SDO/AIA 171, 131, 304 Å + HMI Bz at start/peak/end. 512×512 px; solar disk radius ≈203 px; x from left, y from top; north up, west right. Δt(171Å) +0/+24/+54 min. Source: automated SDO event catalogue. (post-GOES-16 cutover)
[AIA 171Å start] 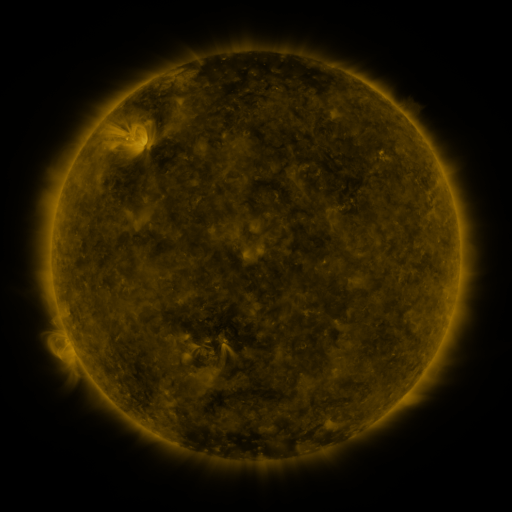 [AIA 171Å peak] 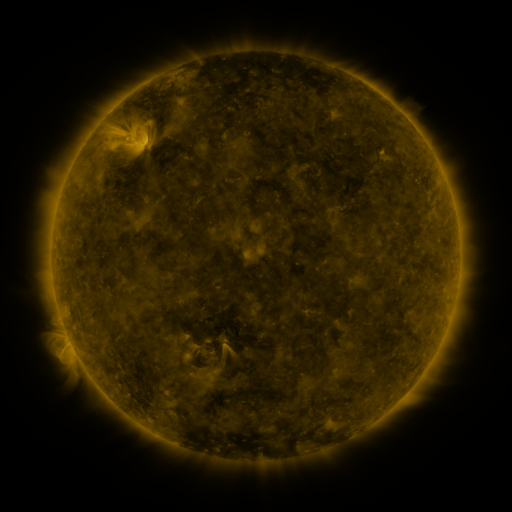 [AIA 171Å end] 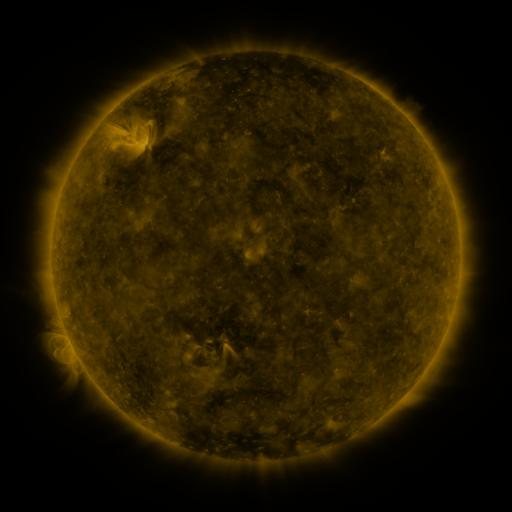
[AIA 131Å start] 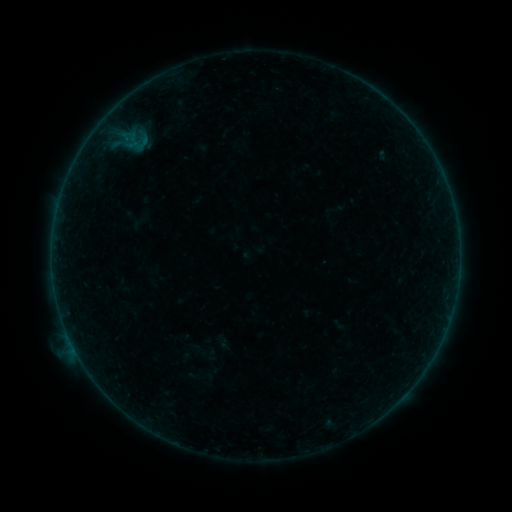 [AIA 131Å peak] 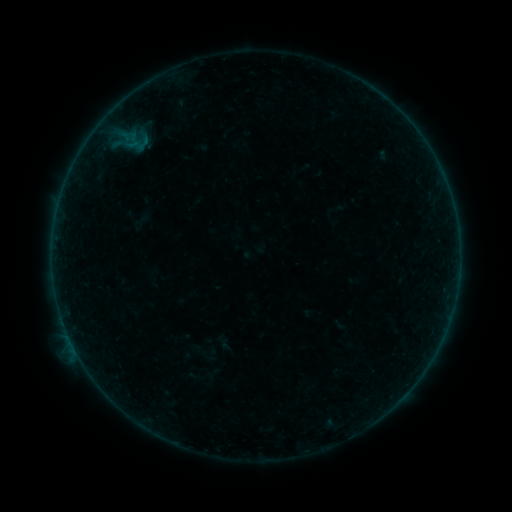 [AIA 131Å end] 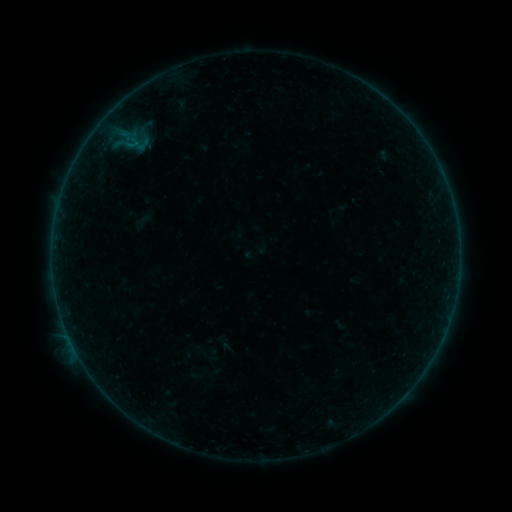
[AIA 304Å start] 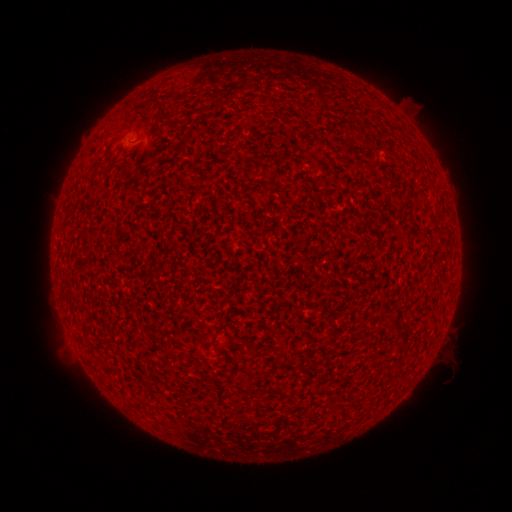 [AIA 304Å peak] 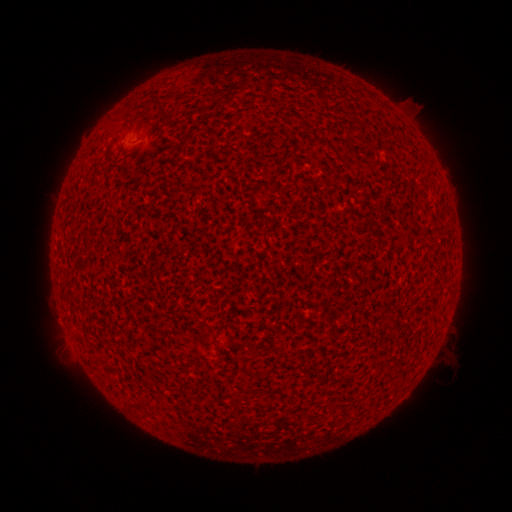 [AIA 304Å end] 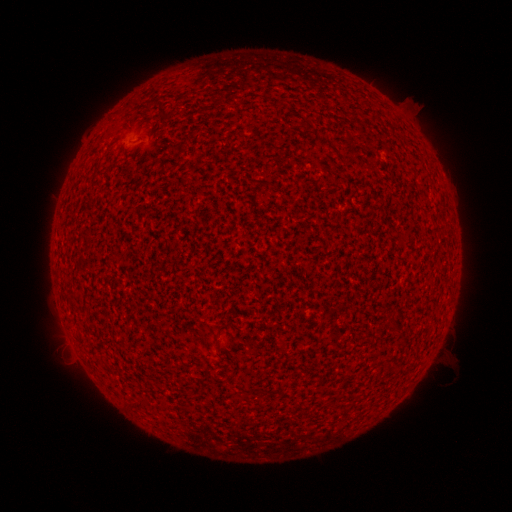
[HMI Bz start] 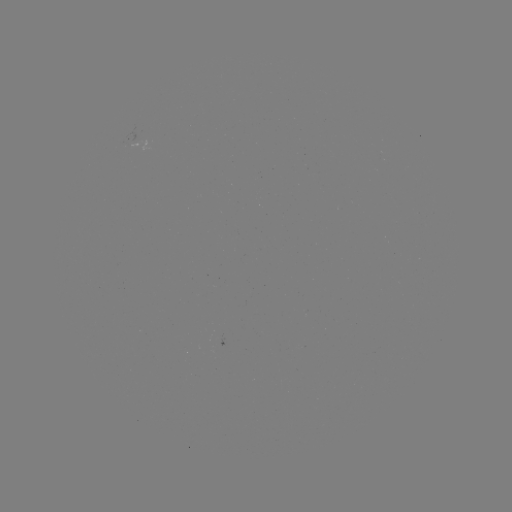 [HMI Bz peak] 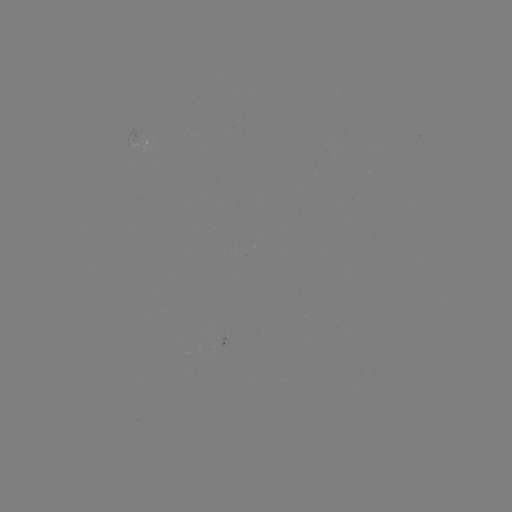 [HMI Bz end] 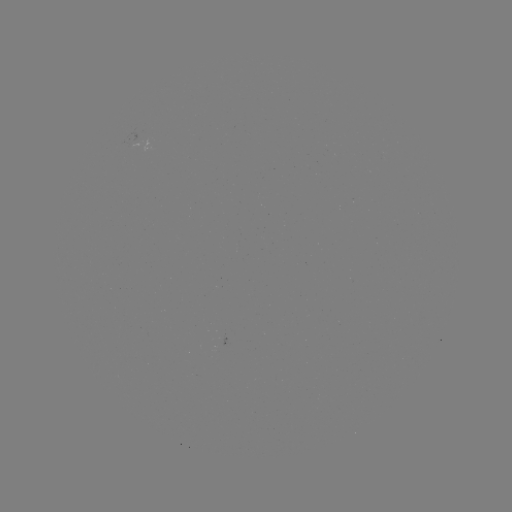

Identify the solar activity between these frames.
A7.3 flare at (63, 322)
